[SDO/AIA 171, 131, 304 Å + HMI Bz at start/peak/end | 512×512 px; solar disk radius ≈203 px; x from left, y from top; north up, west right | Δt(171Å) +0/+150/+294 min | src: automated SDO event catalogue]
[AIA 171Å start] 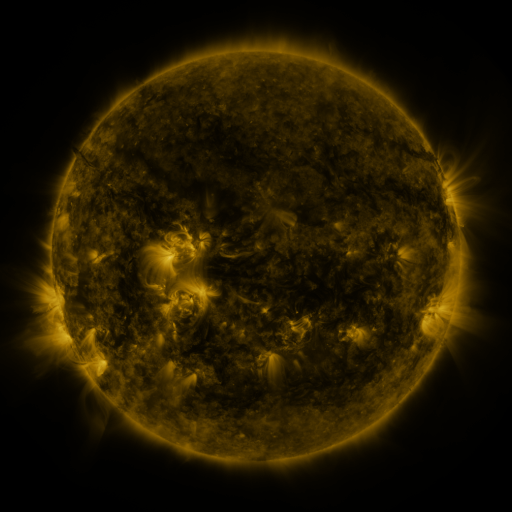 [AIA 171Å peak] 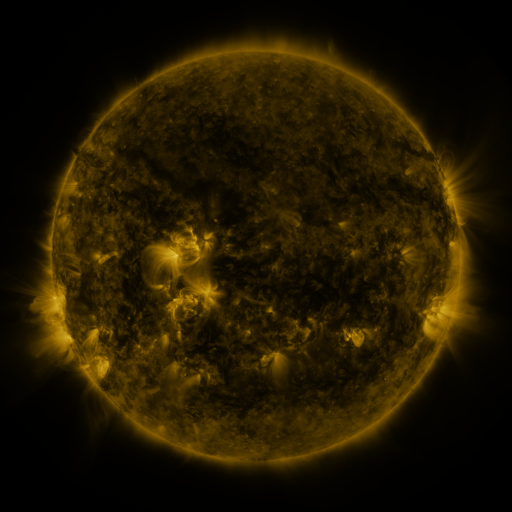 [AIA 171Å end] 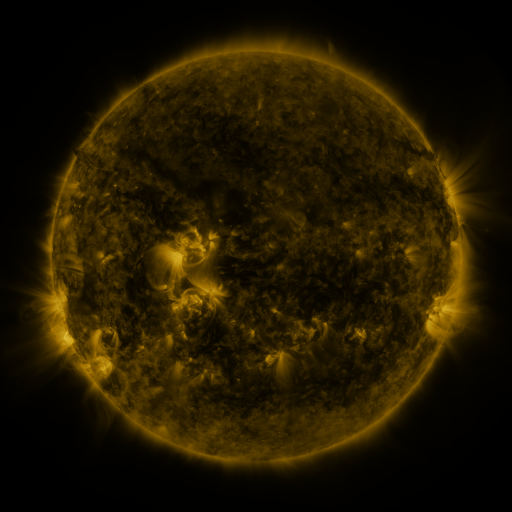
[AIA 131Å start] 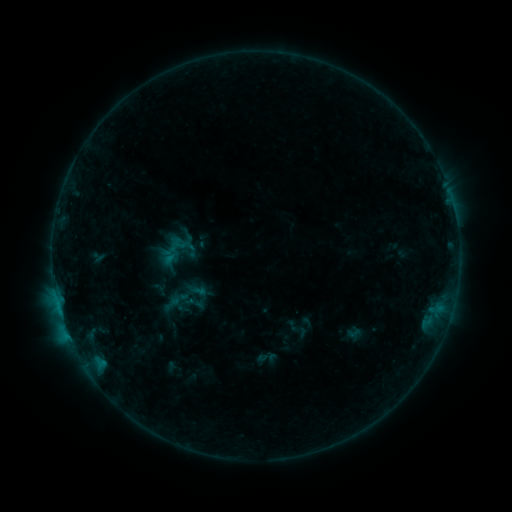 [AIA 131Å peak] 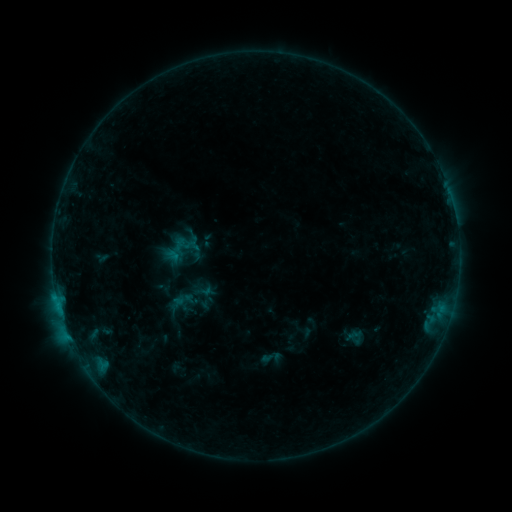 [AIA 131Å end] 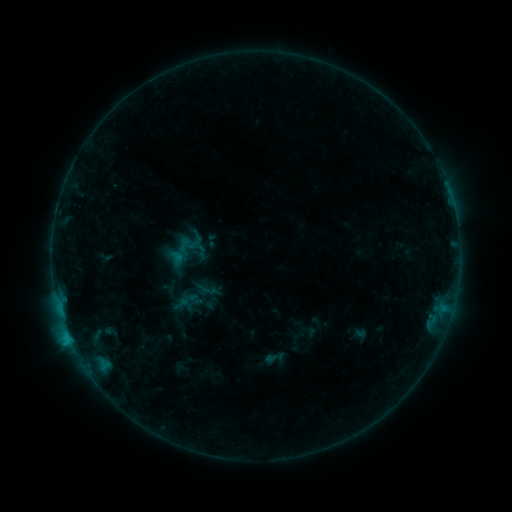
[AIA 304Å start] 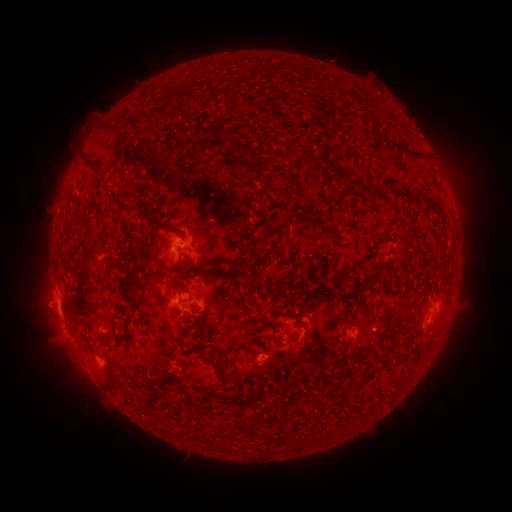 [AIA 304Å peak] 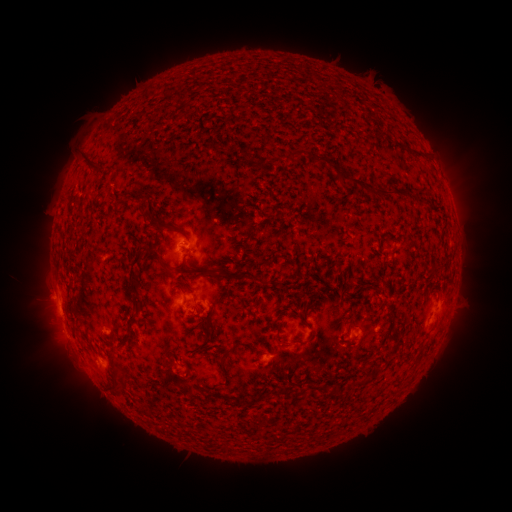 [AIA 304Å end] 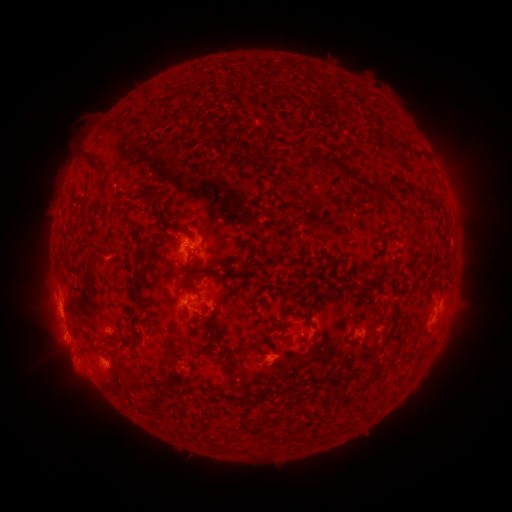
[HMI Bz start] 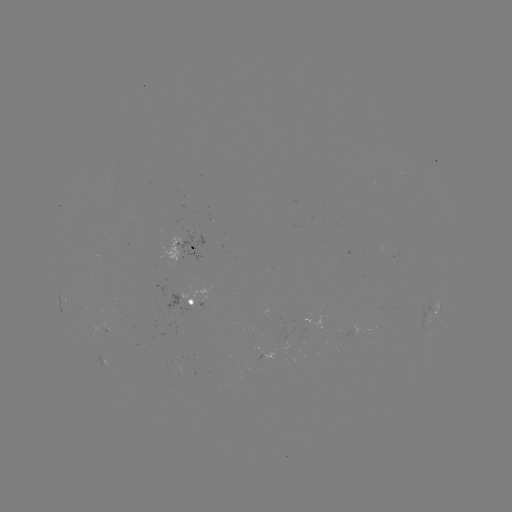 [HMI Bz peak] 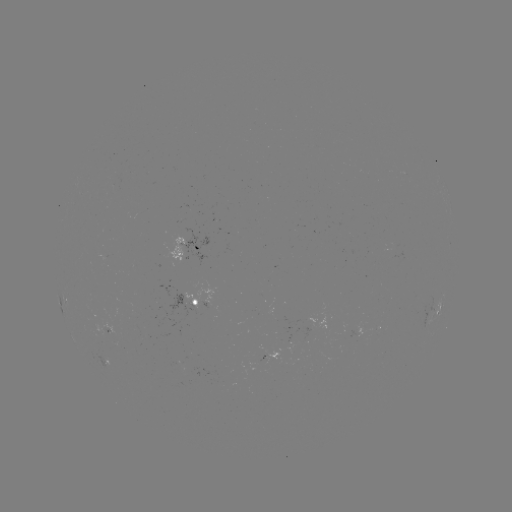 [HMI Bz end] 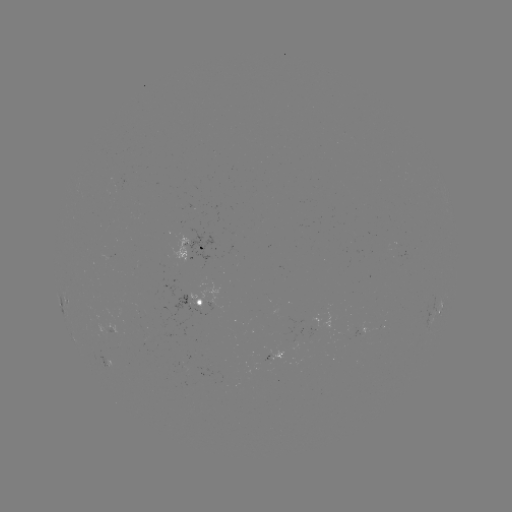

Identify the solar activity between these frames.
filament eruption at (69, 362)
